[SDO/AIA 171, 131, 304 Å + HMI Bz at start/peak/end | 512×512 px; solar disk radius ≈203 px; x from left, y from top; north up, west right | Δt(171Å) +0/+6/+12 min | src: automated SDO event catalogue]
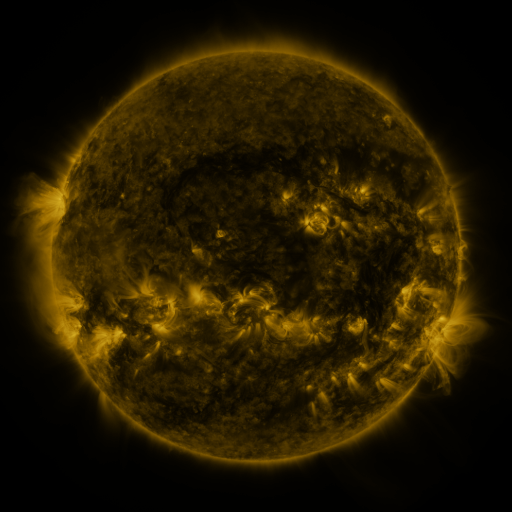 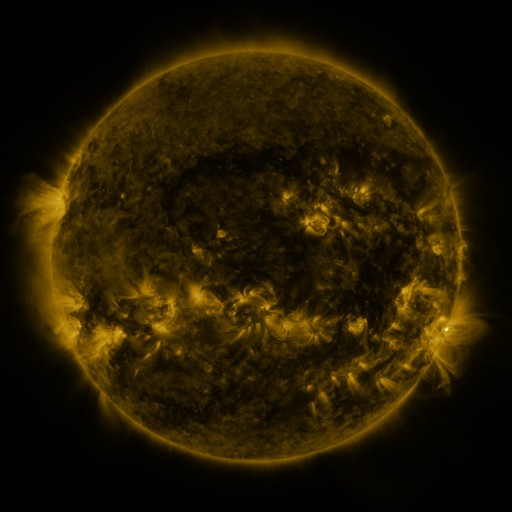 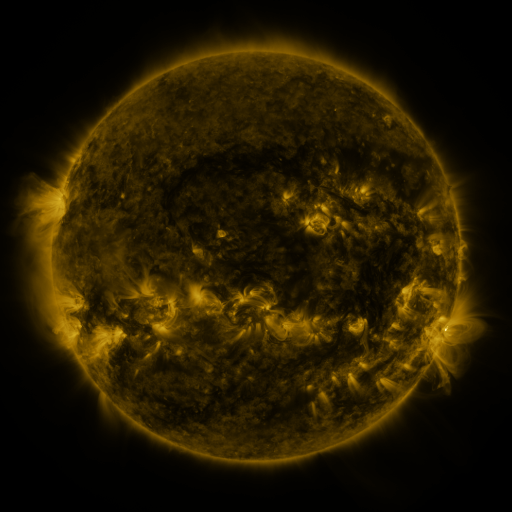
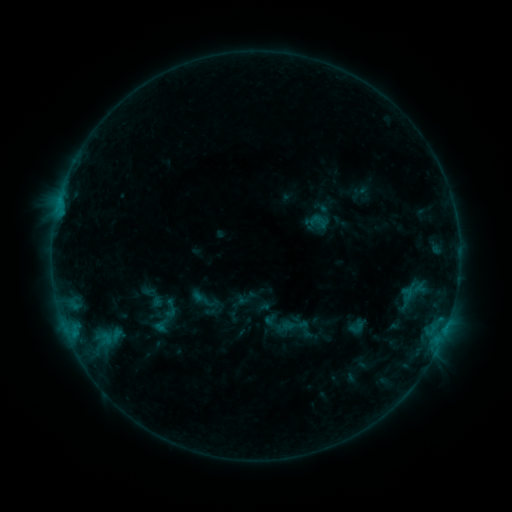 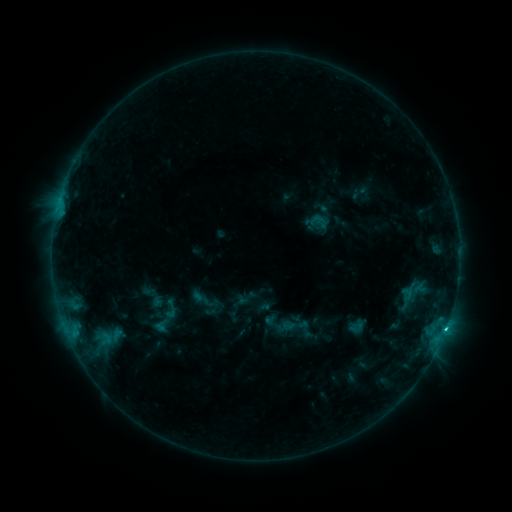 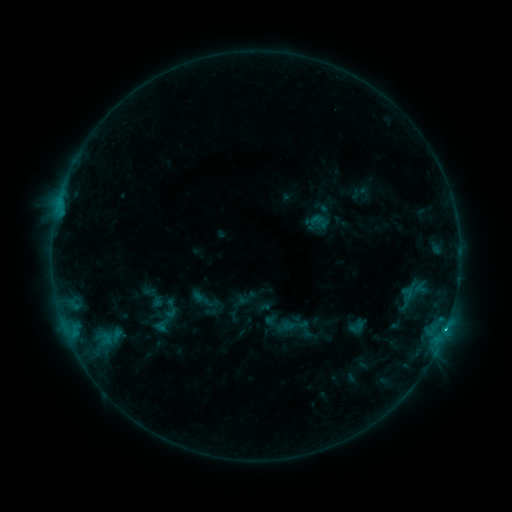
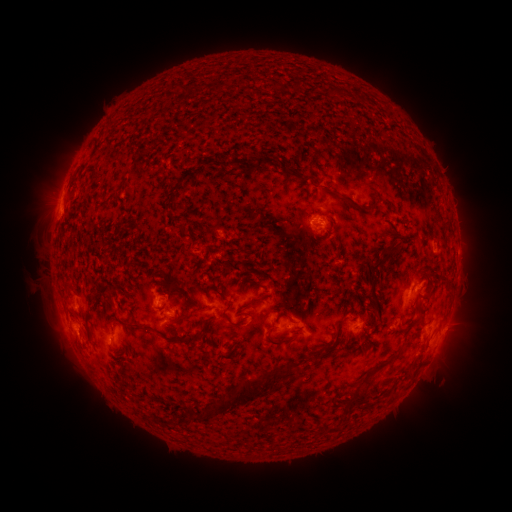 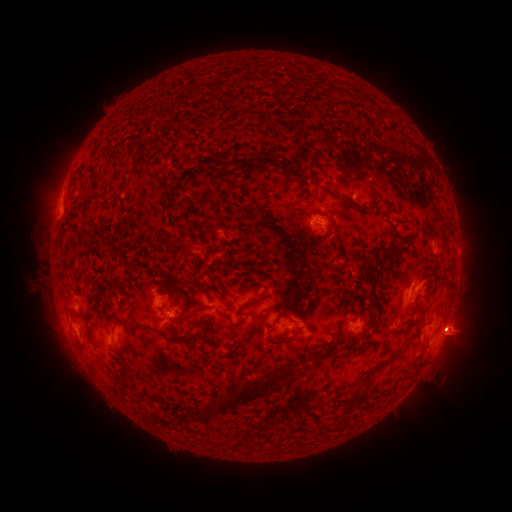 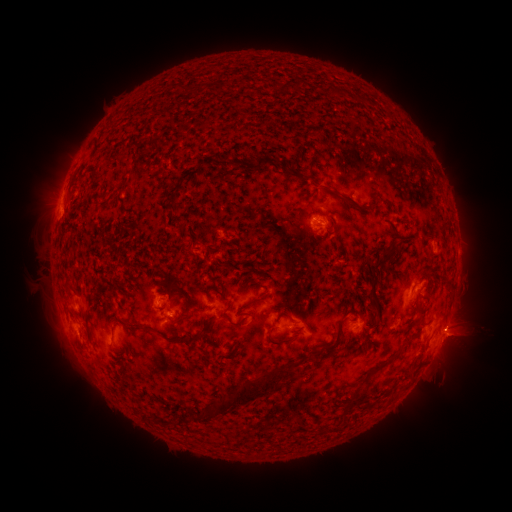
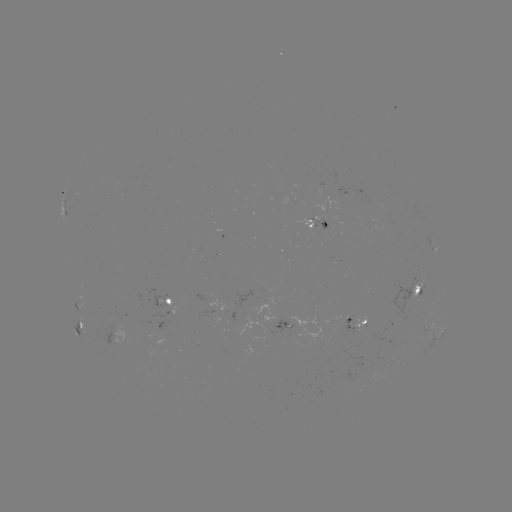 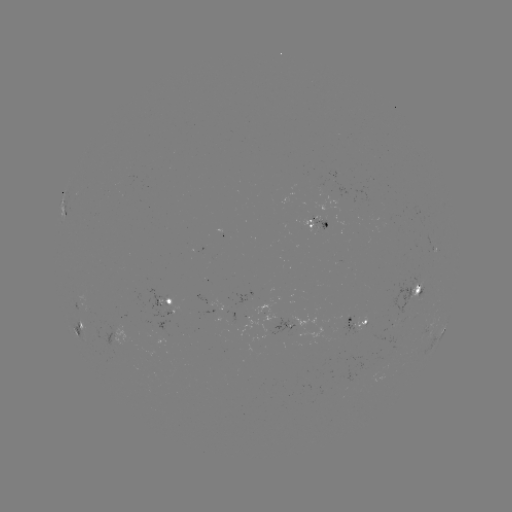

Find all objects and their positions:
eruption: (467, 332)
